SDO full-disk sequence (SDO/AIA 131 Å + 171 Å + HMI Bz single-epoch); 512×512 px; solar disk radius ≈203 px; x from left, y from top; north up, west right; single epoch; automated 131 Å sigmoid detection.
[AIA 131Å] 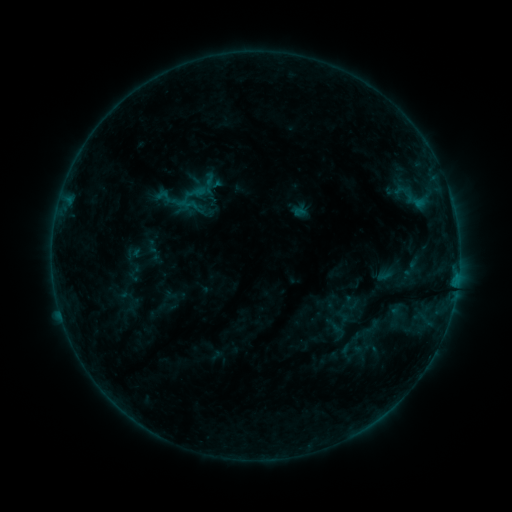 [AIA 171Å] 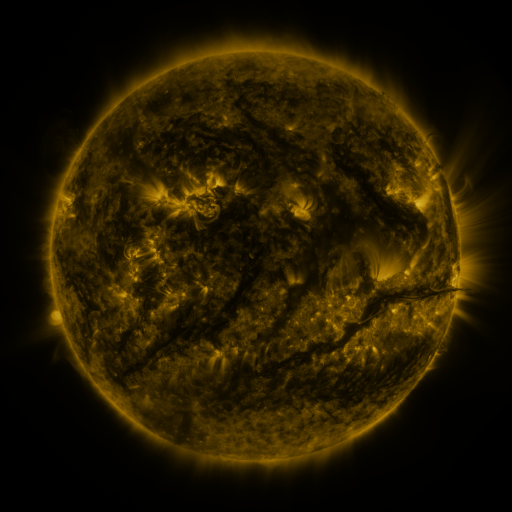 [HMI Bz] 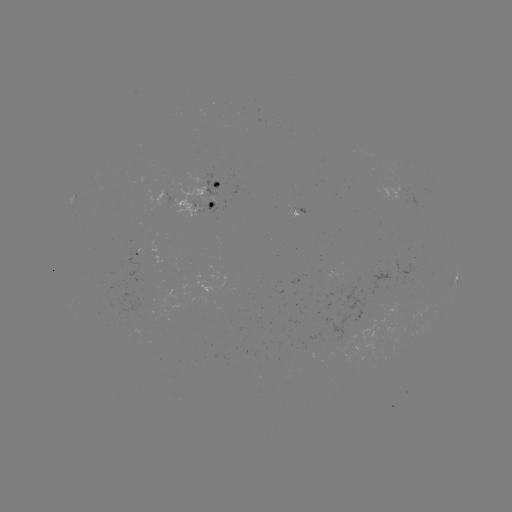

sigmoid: (401, 256, 421, 281)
